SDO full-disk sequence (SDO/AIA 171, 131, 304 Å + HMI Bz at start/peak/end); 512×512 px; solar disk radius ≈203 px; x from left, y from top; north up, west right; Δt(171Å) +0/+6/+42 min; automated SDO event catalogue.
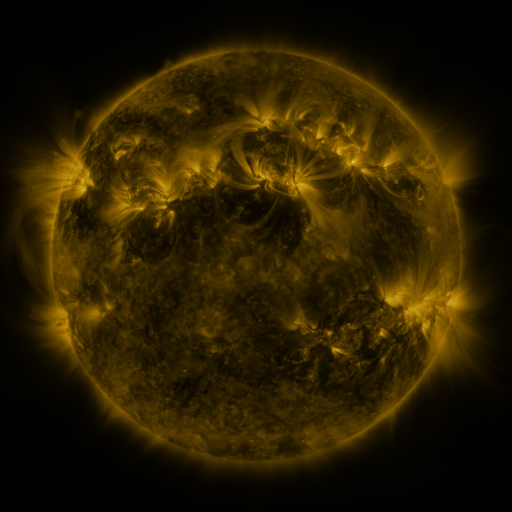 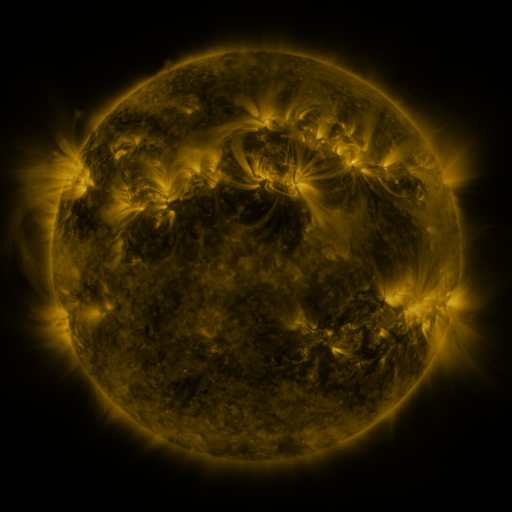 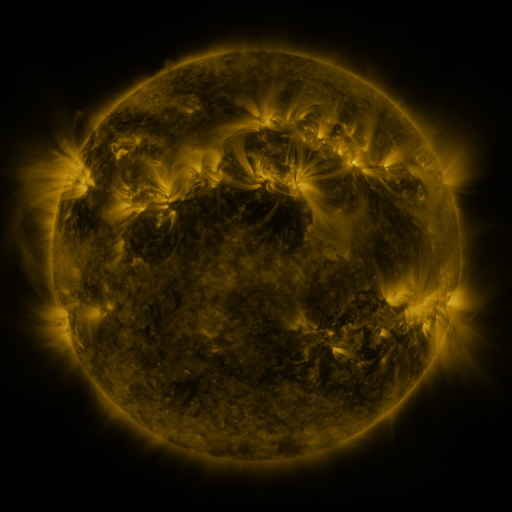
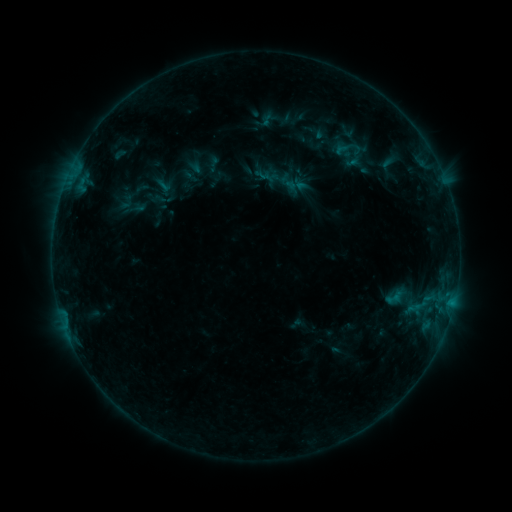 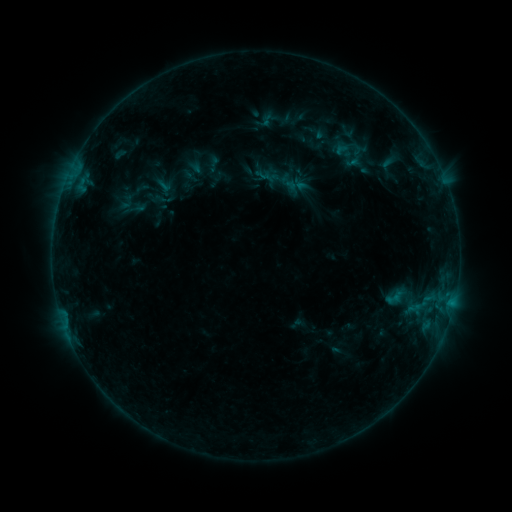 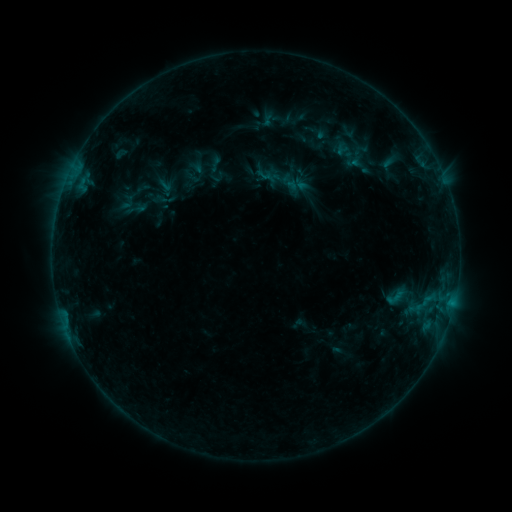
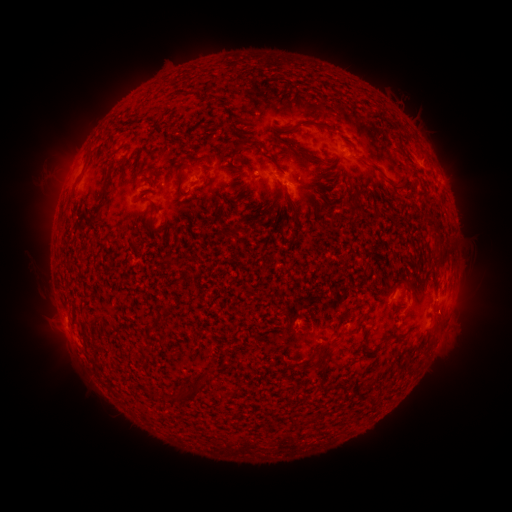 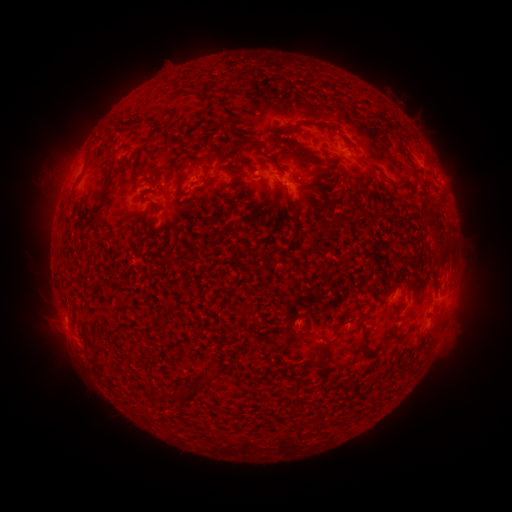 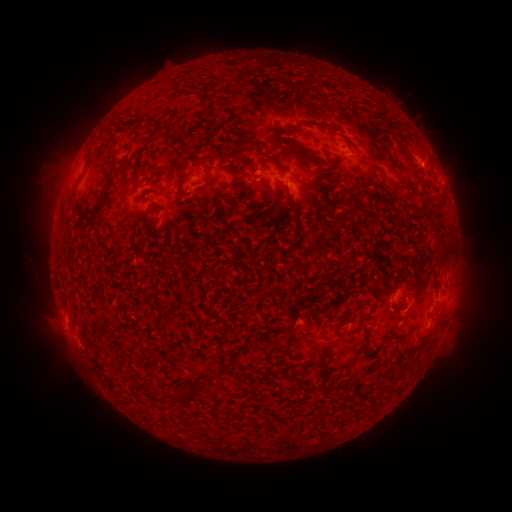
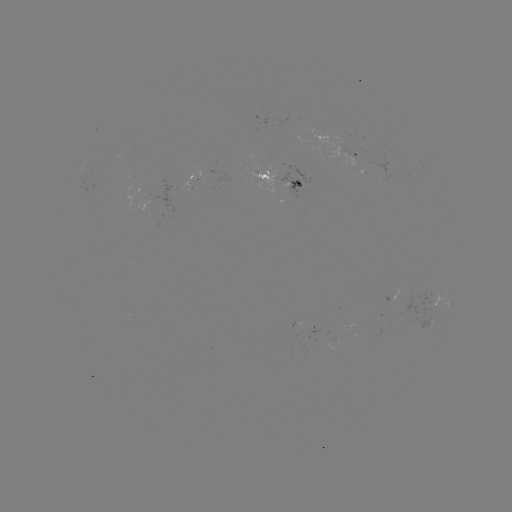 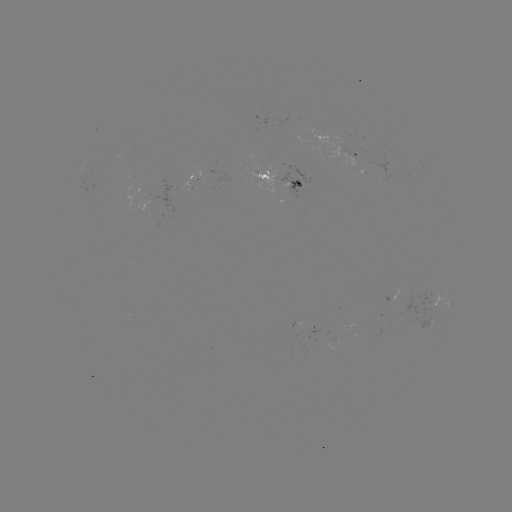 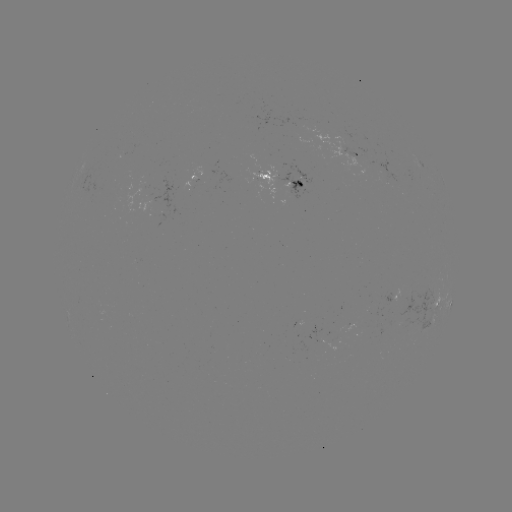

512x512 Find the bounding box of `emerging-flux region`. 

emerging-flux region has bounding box [184, 175, 196, 187].